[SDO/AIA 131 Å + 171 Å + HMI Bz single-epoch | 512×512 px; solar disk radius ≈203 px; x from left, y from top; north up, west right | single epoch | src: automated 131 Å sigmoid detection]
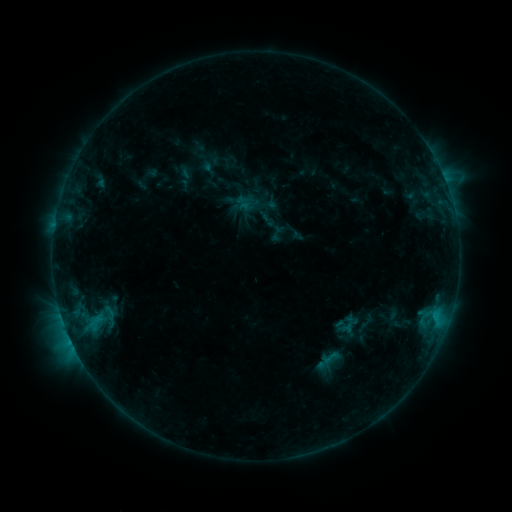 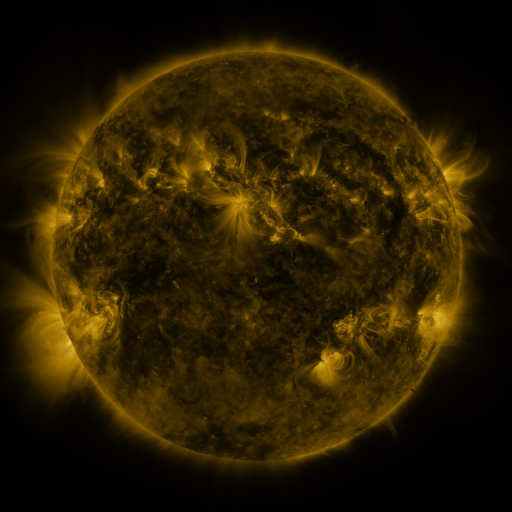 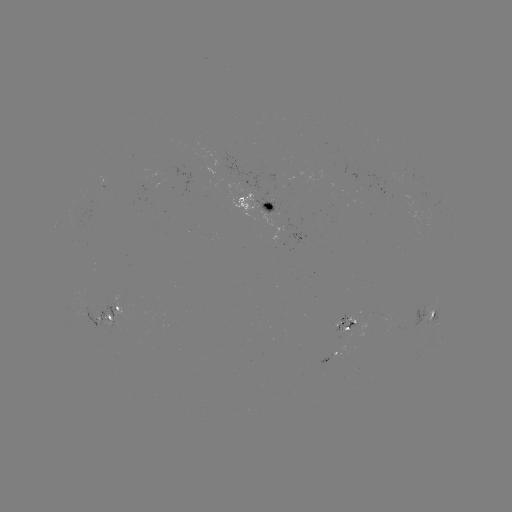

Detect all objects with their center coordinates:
sigmoid: (269, 224, 286, 241)
sigmoid: (320, 348, 340, 368)
